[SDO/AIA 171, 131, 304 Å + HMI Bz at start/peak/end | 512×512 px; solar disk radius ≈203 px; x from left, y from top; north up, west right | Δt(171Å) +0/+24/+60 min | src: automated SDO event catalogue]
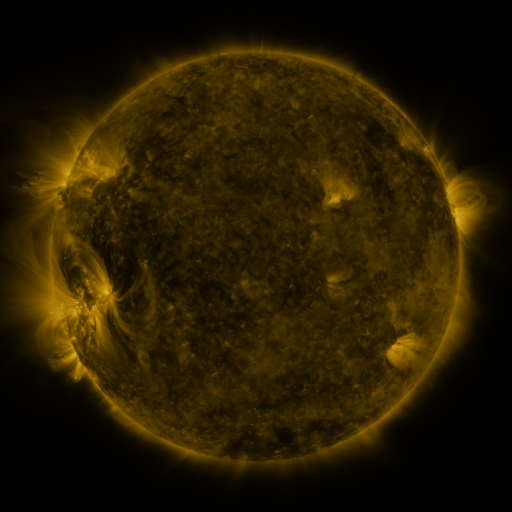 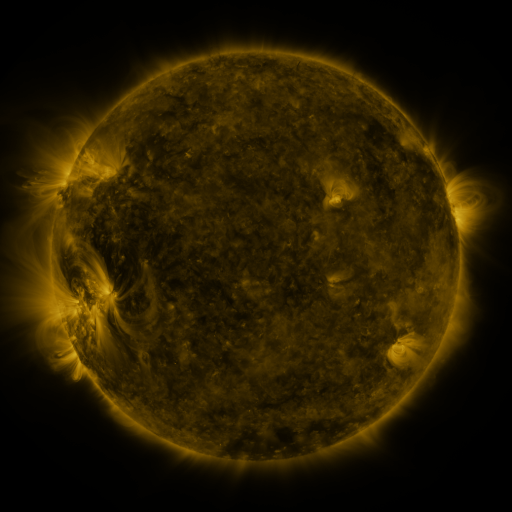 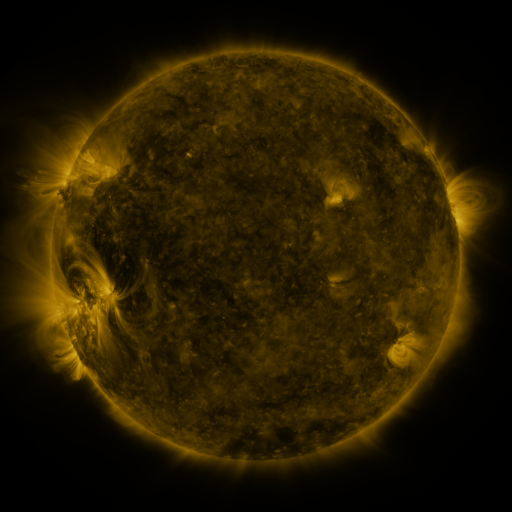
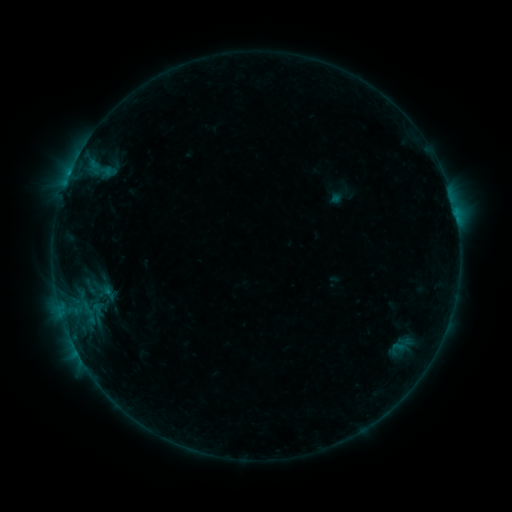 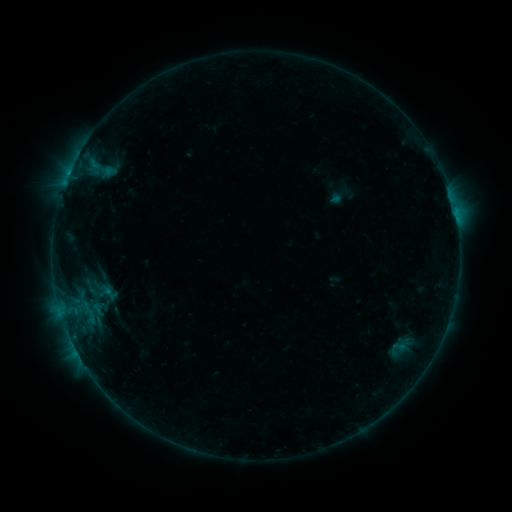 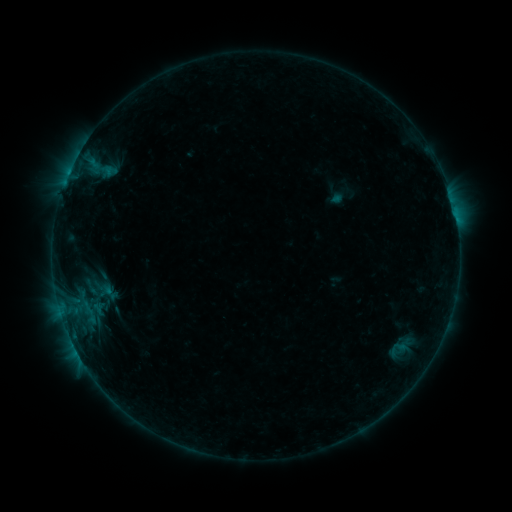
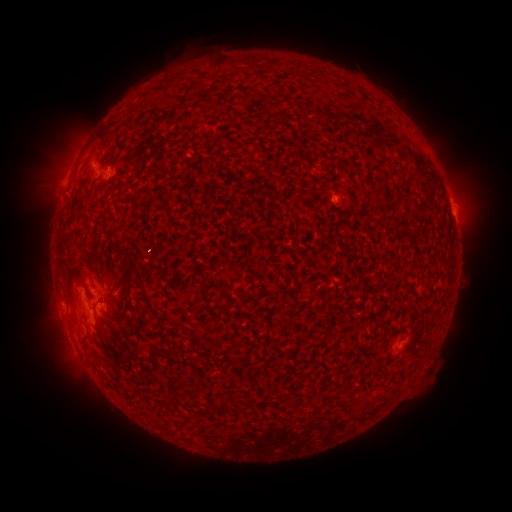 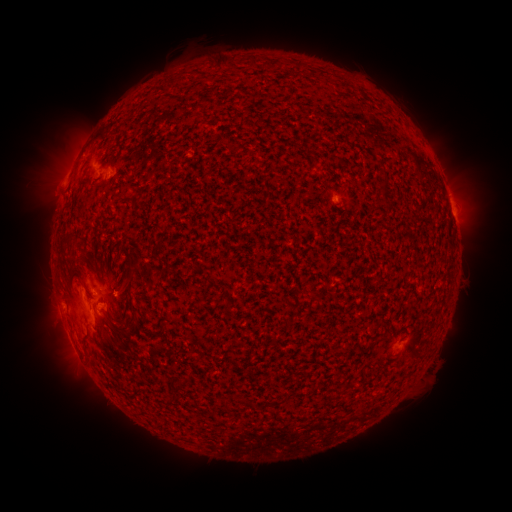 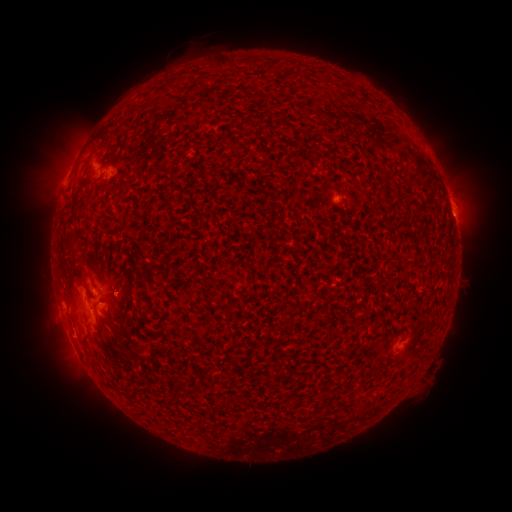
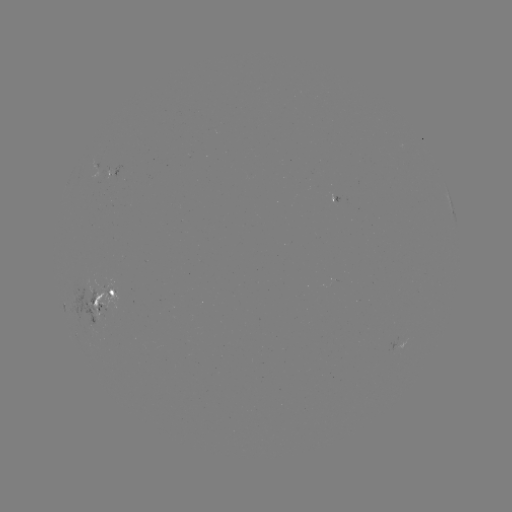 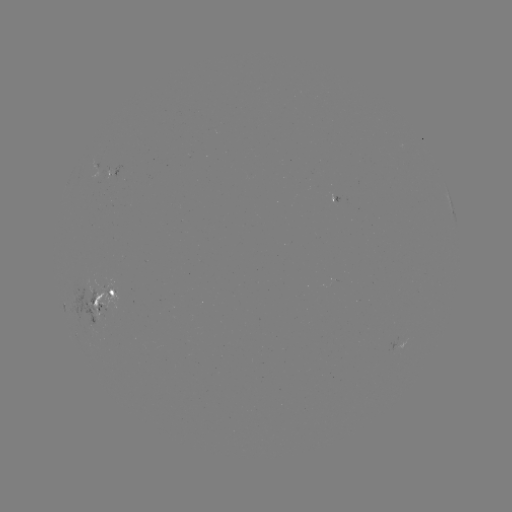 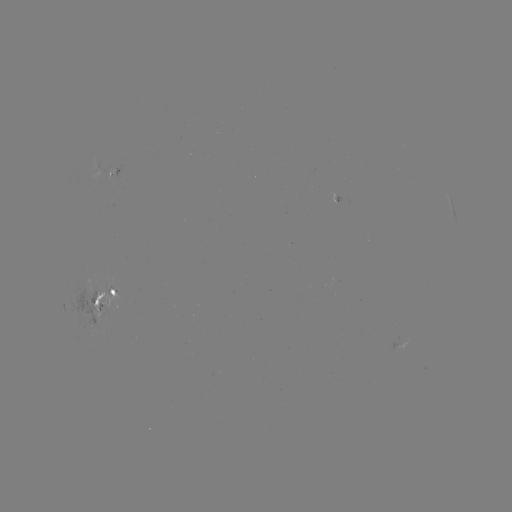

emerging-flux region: (330, 194, 341, 203)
